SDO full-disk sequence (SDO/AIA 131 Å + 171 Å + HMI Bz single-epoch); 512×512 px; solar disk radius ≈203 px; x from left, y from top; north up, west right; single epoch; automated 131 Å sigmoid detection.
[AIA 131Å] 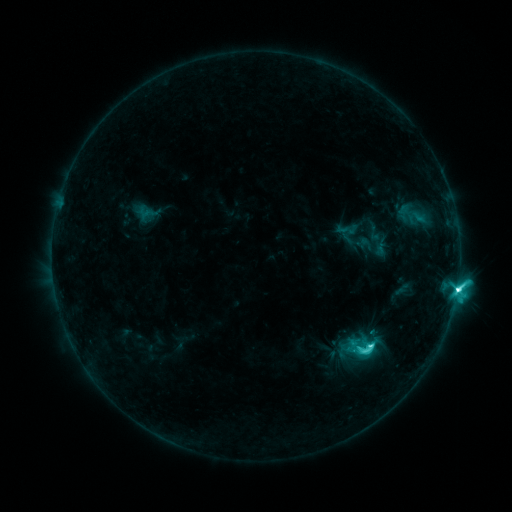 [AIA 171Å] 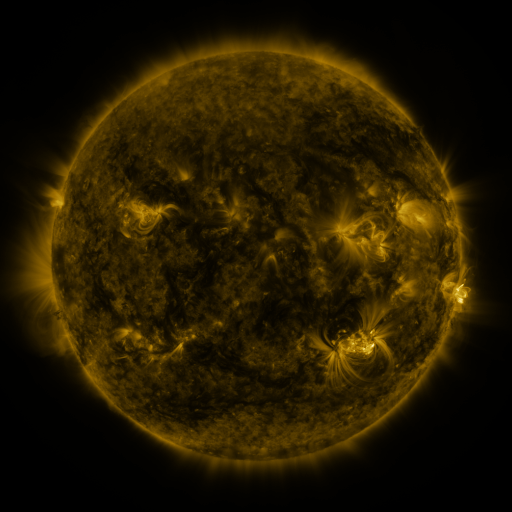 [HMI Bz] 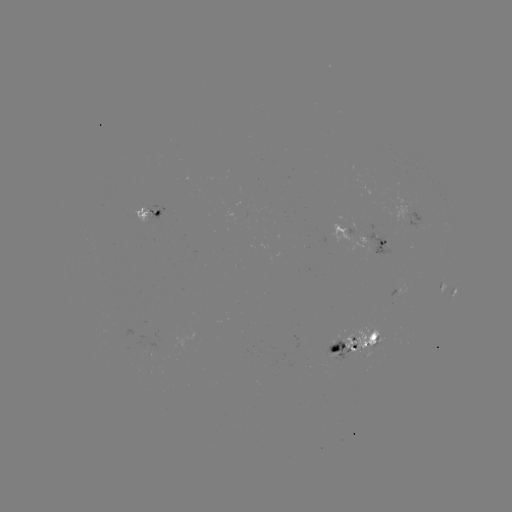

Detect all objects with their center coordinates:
sigmoid: <bbox>346, 332, 378, 363</bbox>
